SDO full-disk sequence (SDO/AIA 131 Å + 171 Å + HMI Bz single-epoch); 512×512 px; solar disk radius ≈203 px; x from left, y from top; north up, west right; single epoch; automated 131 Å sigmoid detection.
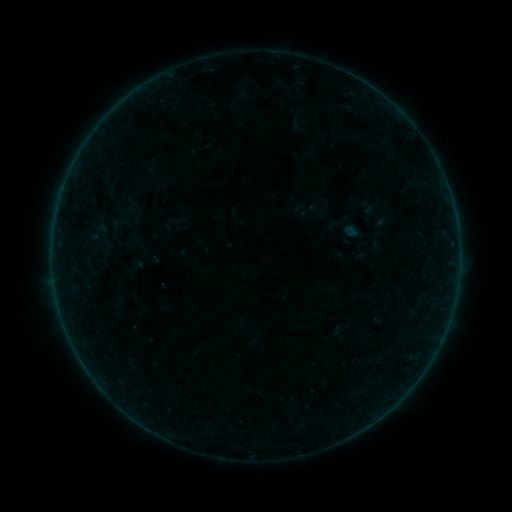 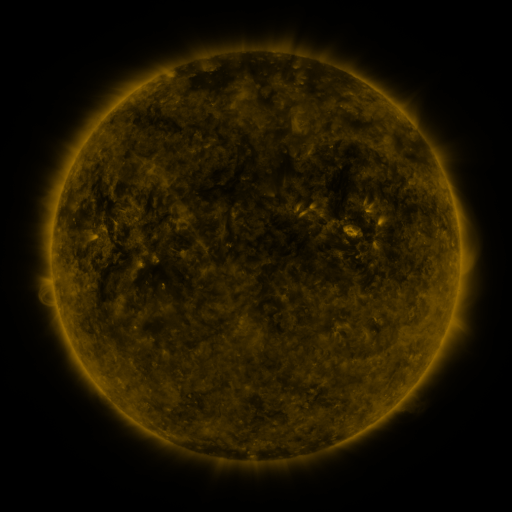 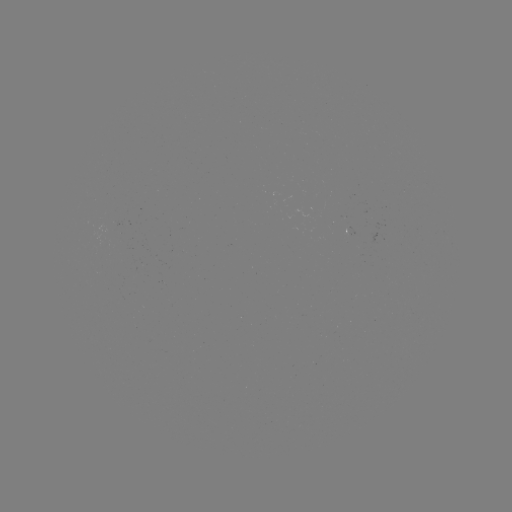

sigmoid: (297, 201, 319, 220)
